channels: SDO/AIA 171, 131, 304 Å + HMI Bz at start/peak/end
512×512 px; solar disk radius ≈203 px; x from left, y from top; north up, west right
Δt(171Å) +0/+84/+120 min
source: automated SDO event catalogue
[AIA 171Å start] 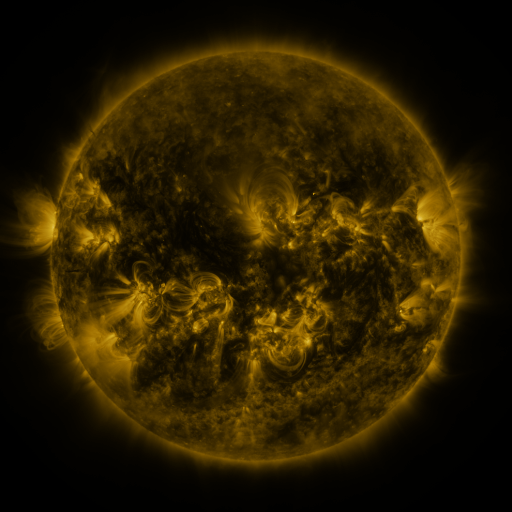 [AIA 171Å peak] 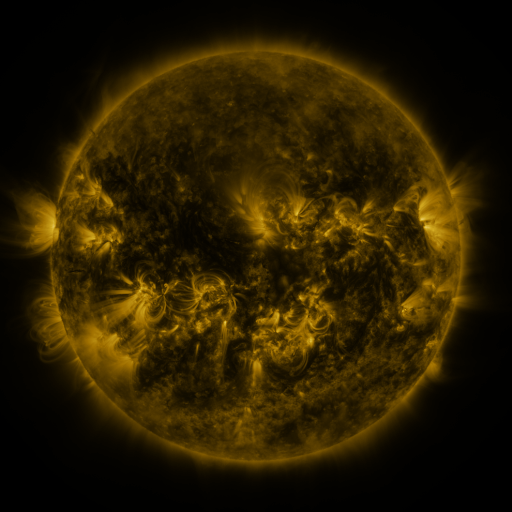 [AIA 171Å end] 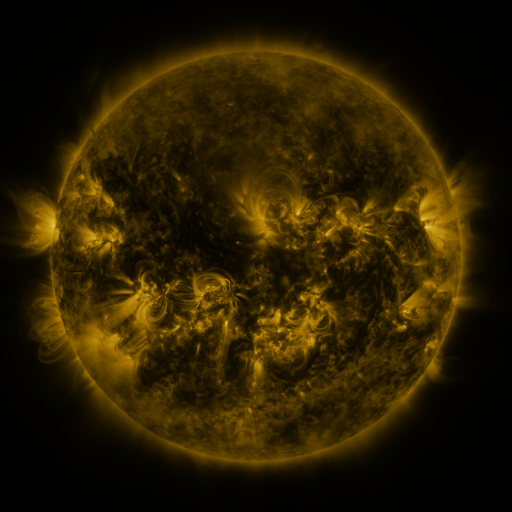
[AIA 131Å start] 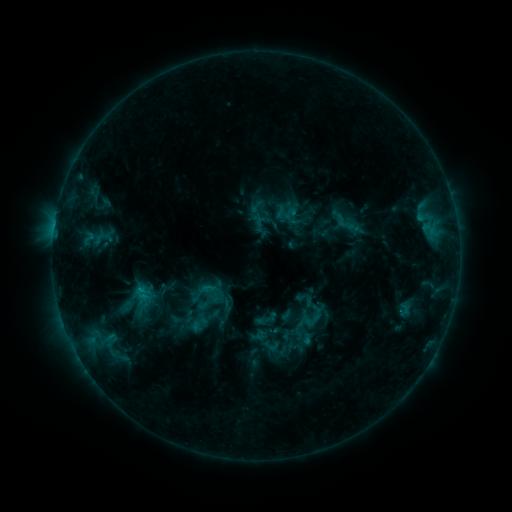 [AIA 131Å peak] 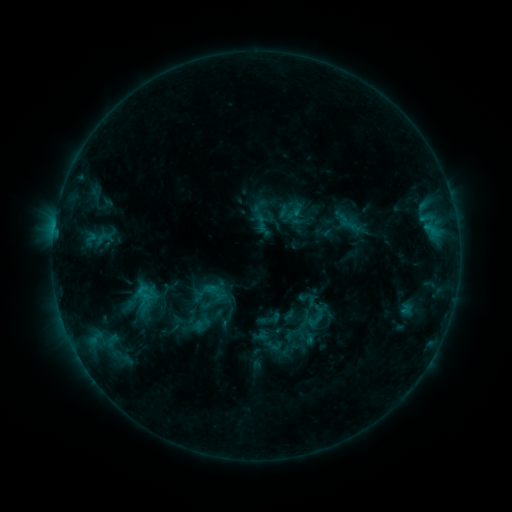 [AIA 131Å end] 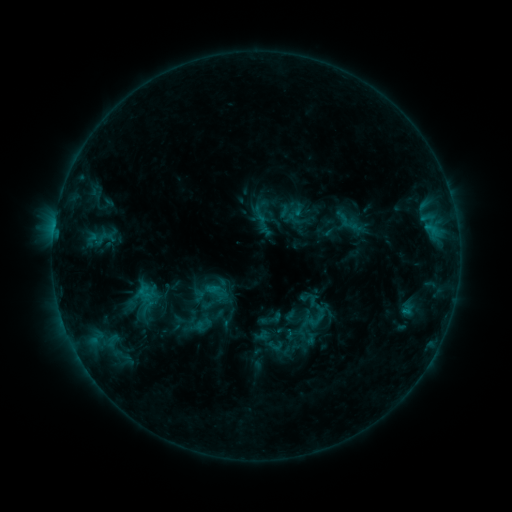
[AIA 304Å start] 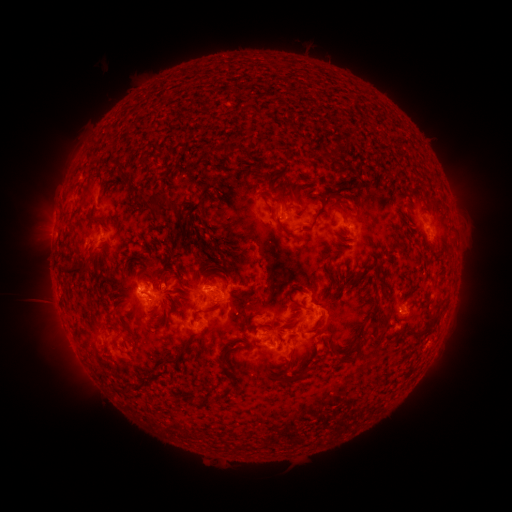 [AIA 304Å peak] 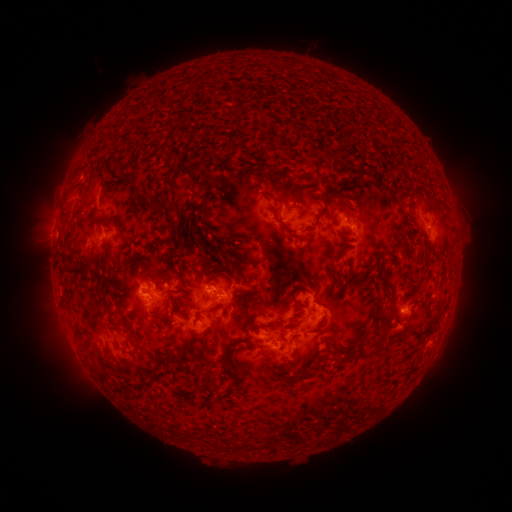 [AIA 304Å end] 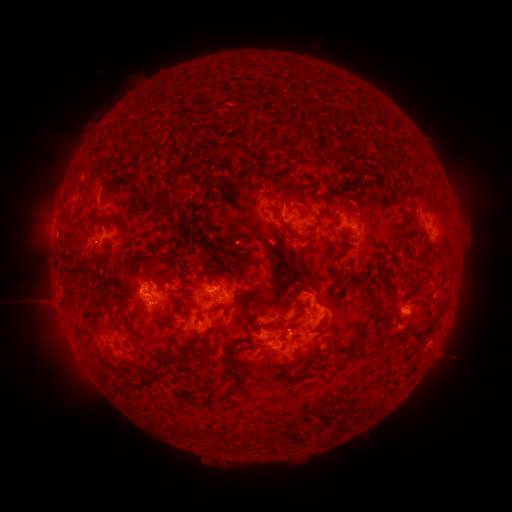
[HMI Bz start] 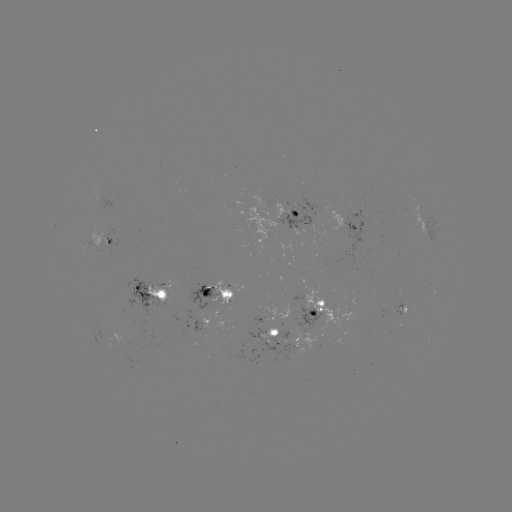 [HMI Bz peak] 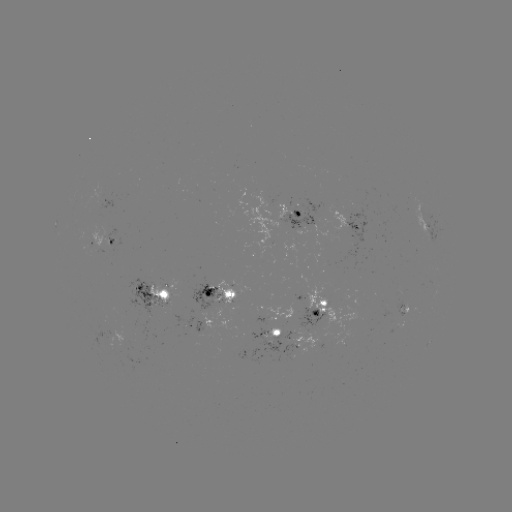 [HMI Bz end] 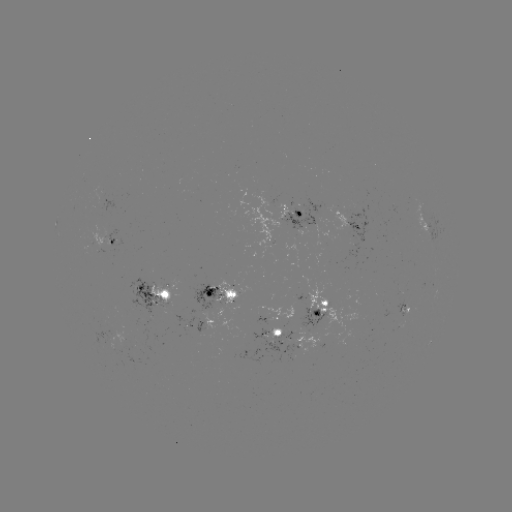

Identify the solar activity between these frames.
emerging-flux region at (296, 297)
